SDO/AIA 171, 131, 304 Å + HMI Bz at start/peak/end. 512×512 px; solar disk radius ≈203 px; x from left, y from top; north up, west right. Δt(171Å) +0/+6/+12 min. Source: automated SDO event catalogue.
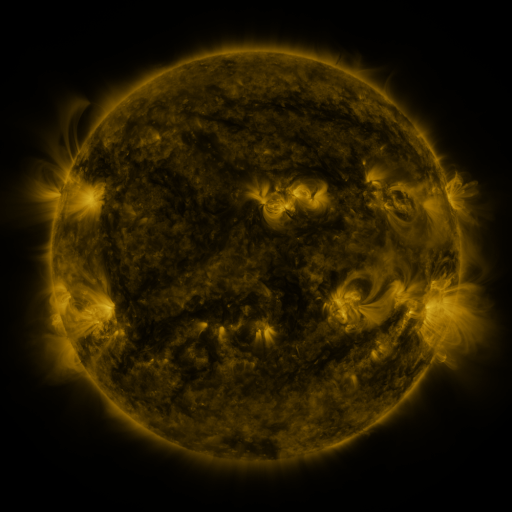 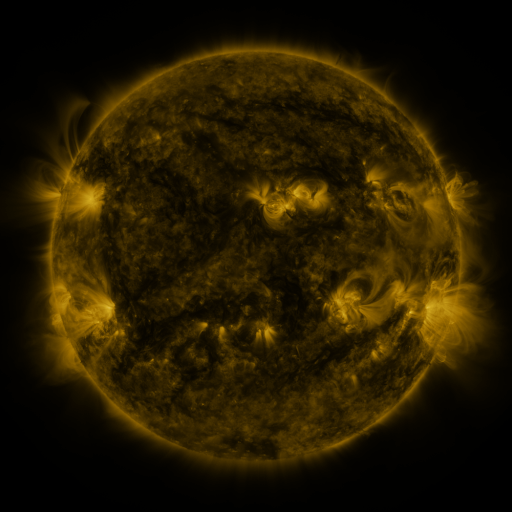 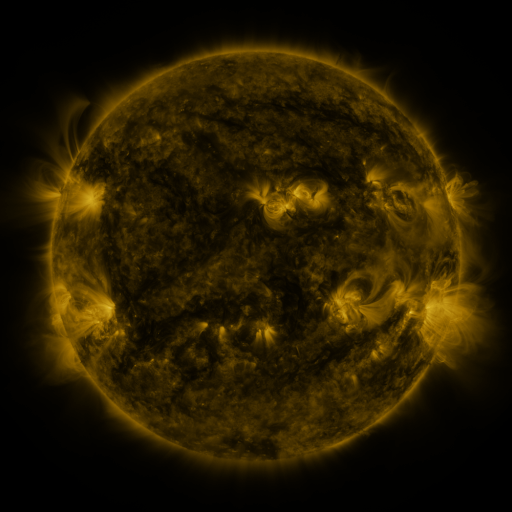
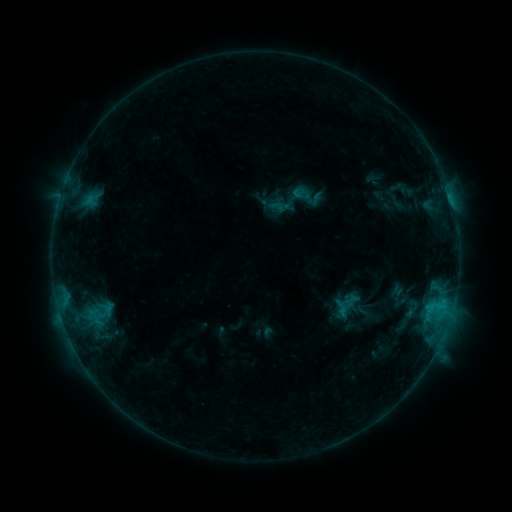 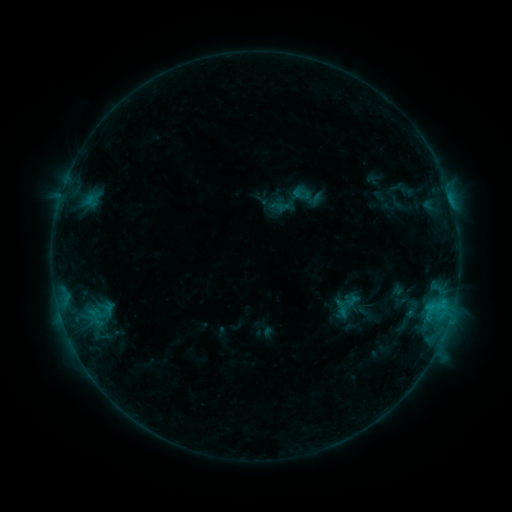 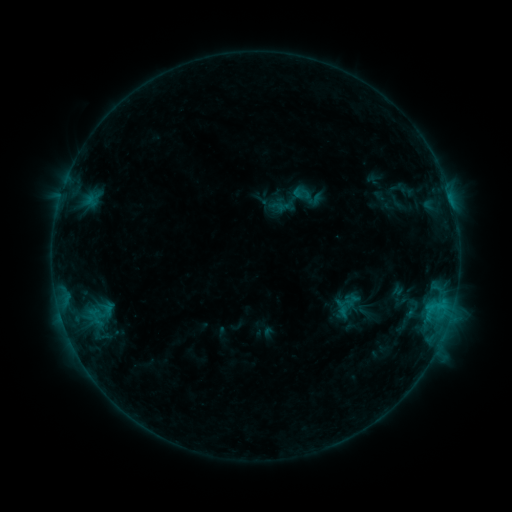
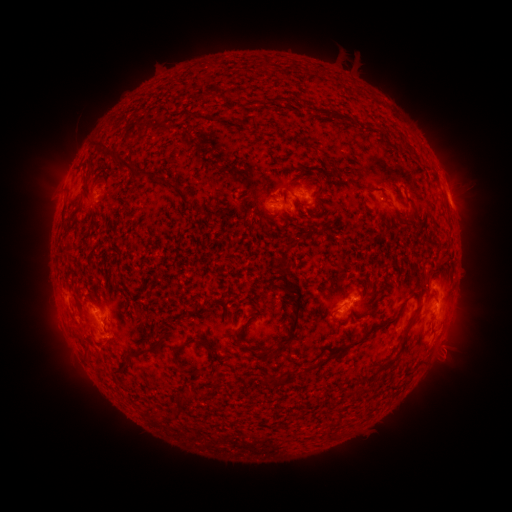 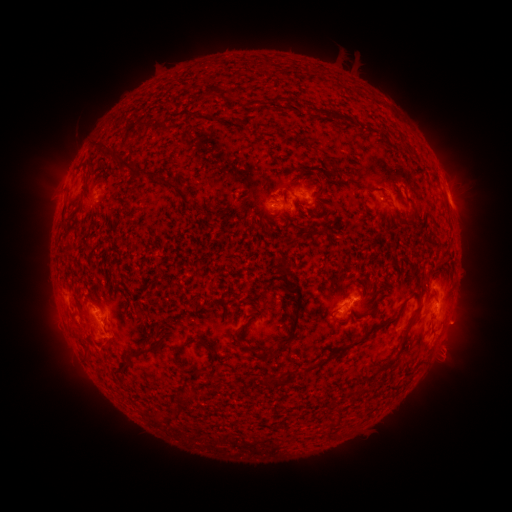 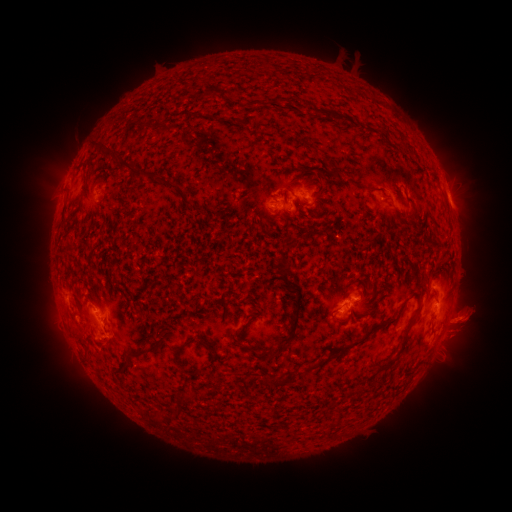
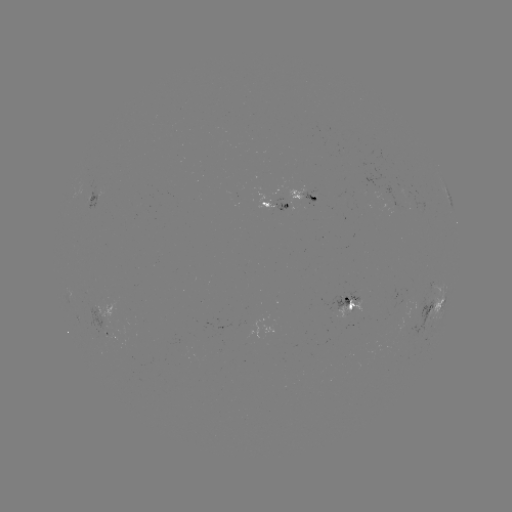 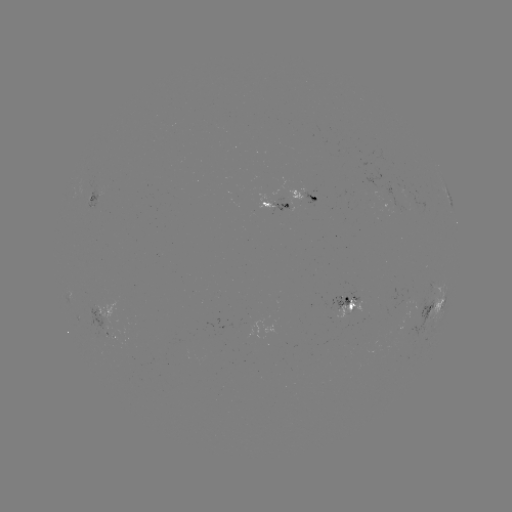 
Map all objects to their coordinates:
eruption: (466, 322)
